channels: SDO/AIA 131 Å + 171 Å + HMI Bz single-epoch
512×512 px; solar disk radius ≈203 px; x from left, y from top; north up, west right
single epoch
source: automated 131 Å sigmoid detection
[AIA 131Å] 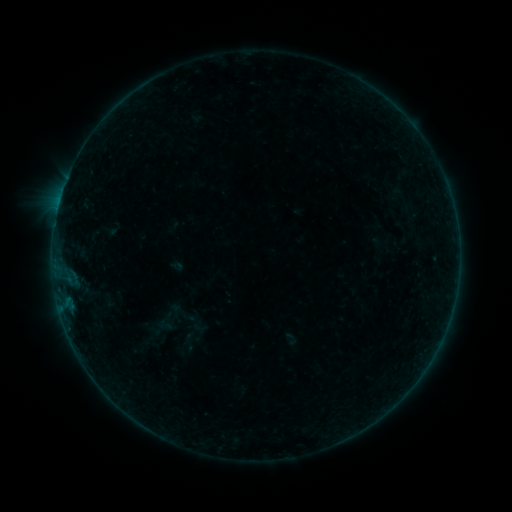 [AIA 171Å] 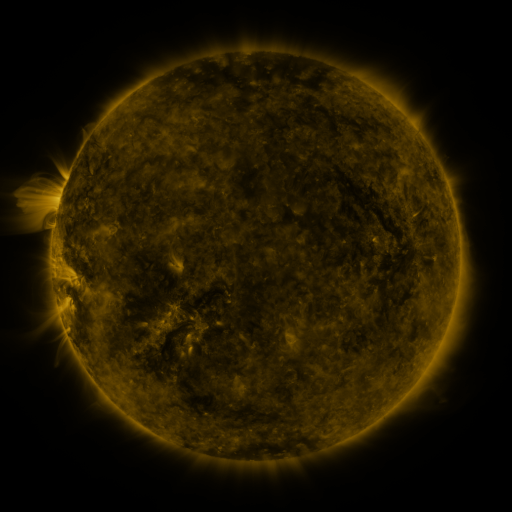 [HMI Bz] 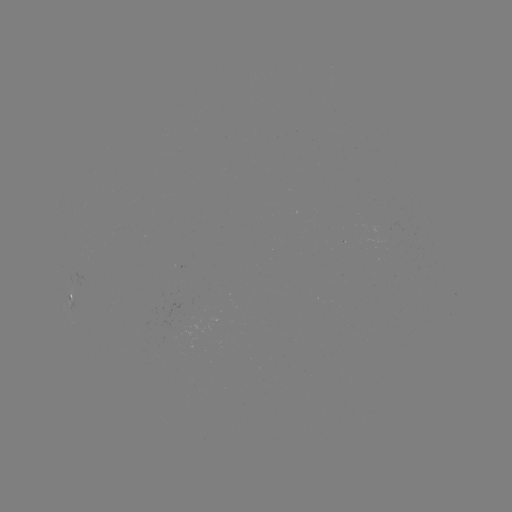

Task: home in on sigmoid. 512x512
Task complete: [165, 325].